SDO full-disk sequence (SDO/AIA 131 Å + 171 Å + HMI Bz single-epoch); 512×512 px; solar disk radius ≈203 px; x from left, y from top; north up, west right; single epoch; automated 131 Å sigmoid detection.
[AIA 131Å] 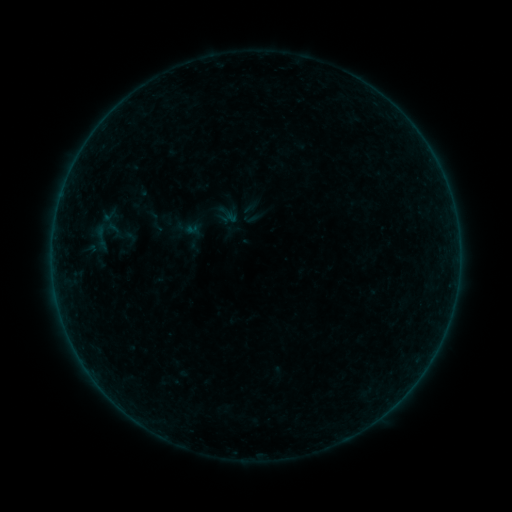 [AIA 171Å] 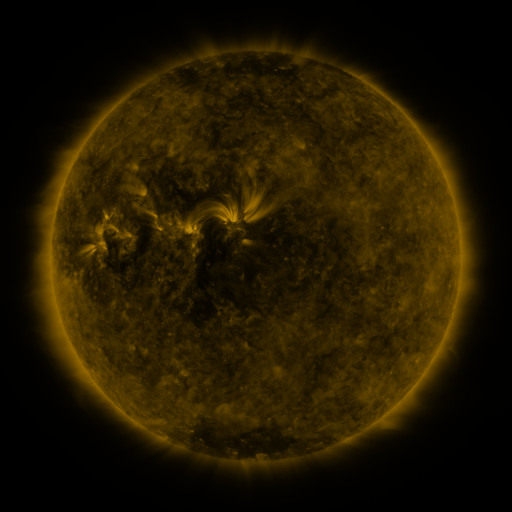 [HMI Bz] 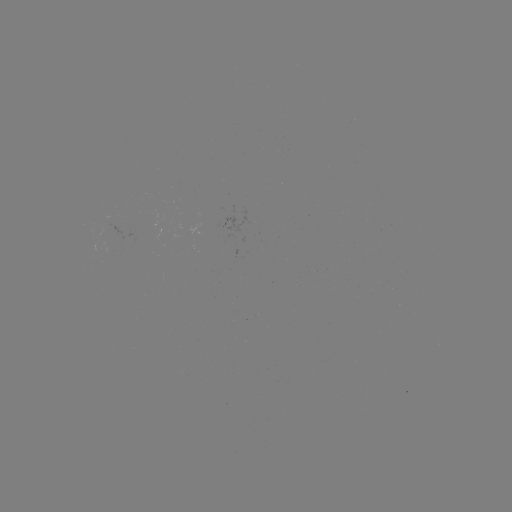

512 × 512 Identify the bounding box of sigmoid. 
[88, 222, 115, 249].